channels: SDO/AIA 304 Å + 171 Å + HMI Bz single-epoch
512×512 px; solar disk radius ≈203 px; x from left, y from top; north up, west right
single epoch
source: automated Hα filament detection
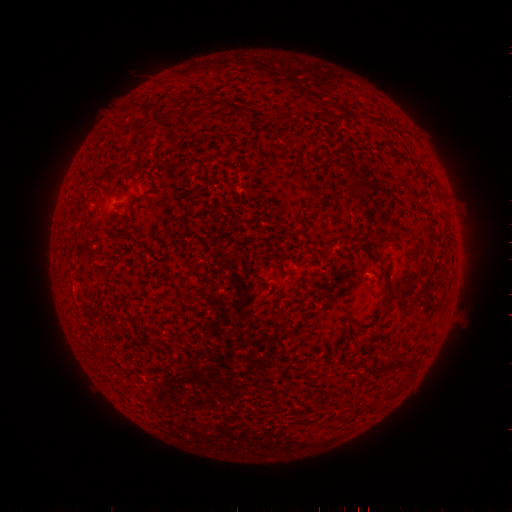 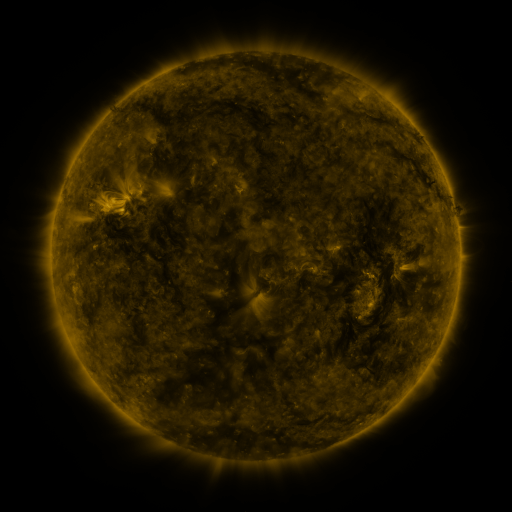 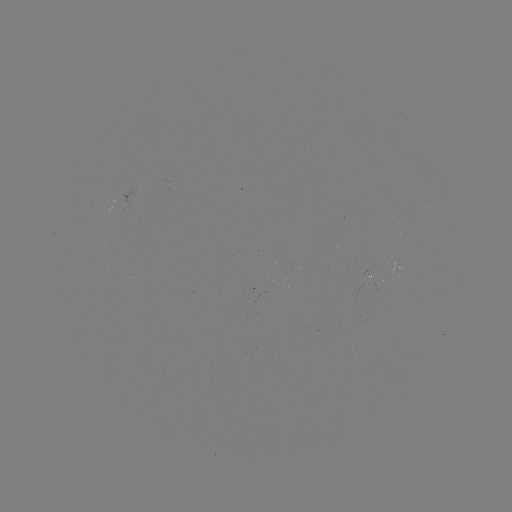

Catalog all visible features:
filament: <bbox>355, 179, 380, 193</bbox>
filament: <bbox>370, 253, 381, 261</bbox>
filament: <bbox>385, 359, 404, 372</bbox>
filament: <bbox>360, 365, 377, 378</bbox>
